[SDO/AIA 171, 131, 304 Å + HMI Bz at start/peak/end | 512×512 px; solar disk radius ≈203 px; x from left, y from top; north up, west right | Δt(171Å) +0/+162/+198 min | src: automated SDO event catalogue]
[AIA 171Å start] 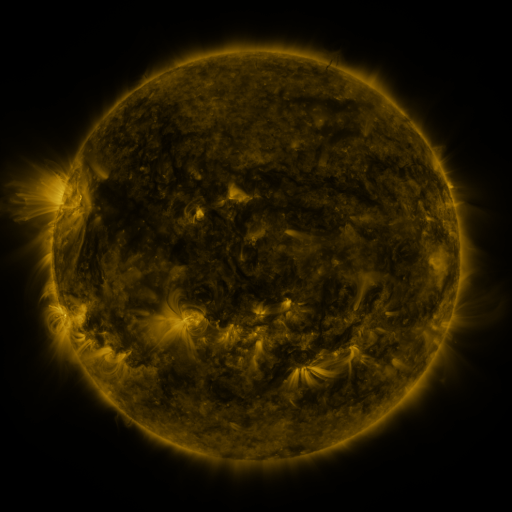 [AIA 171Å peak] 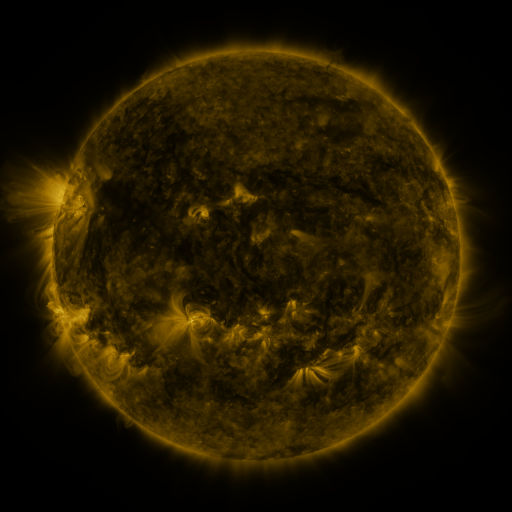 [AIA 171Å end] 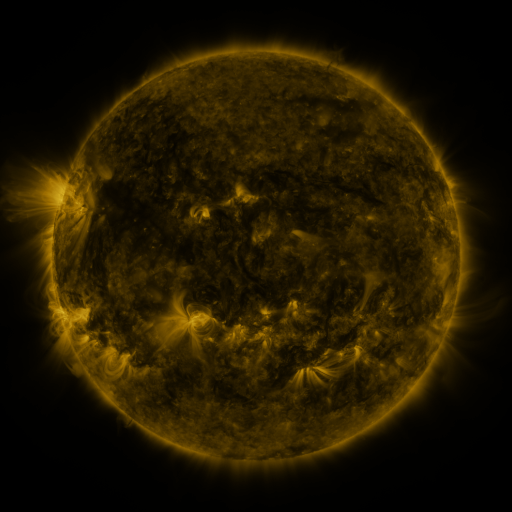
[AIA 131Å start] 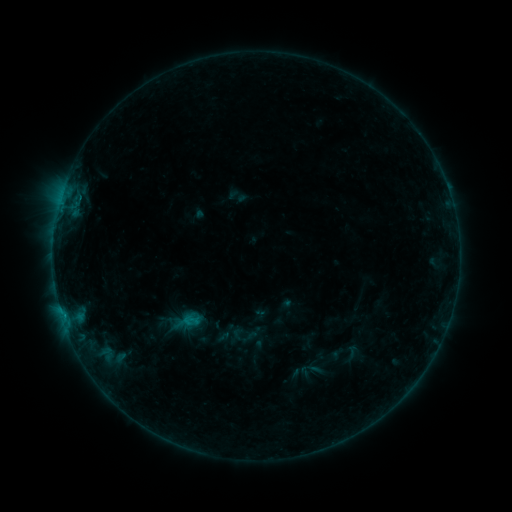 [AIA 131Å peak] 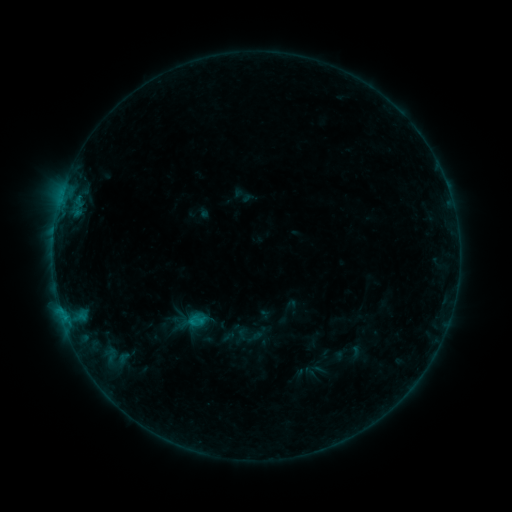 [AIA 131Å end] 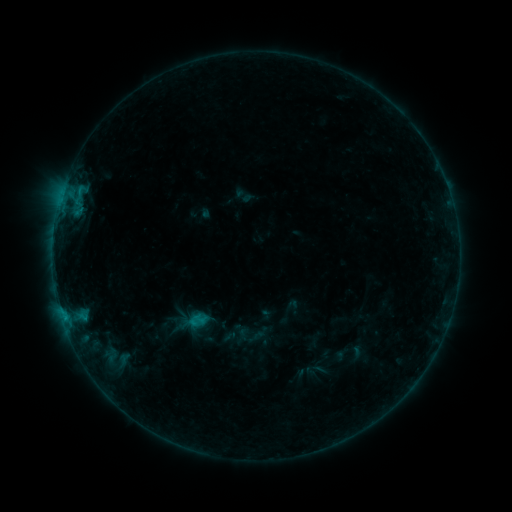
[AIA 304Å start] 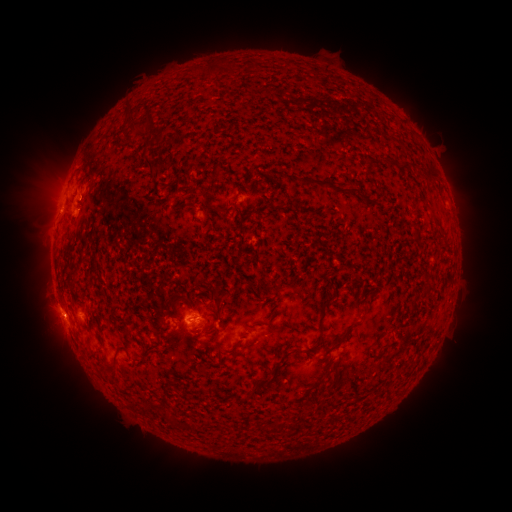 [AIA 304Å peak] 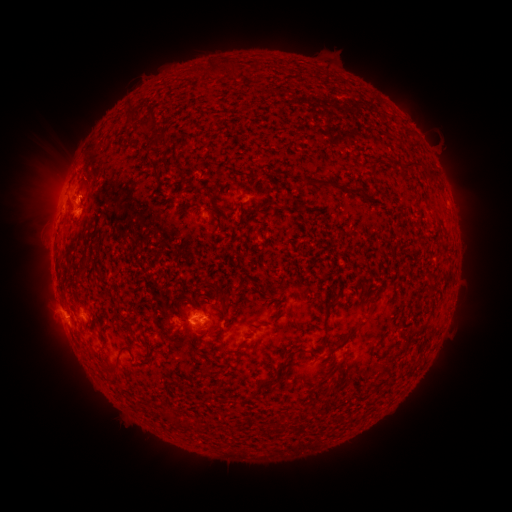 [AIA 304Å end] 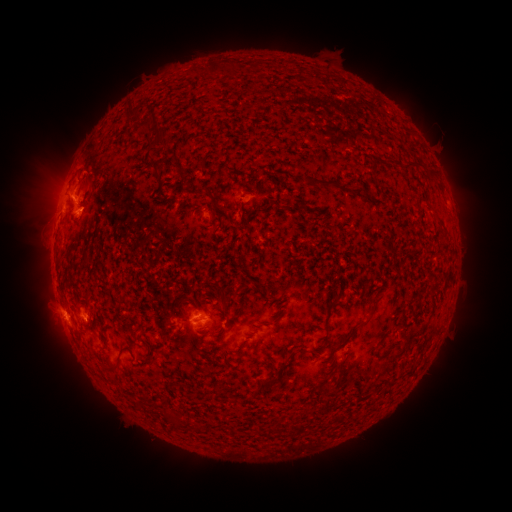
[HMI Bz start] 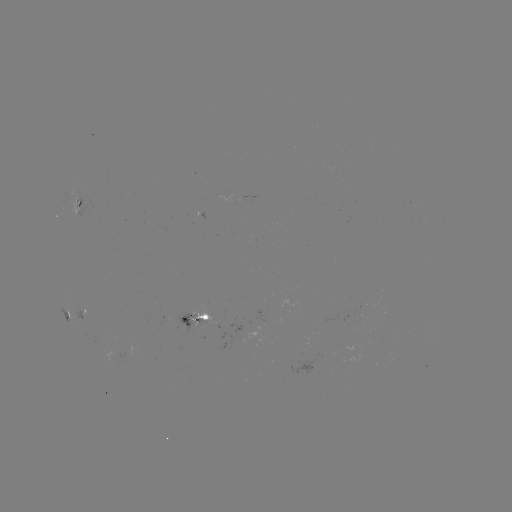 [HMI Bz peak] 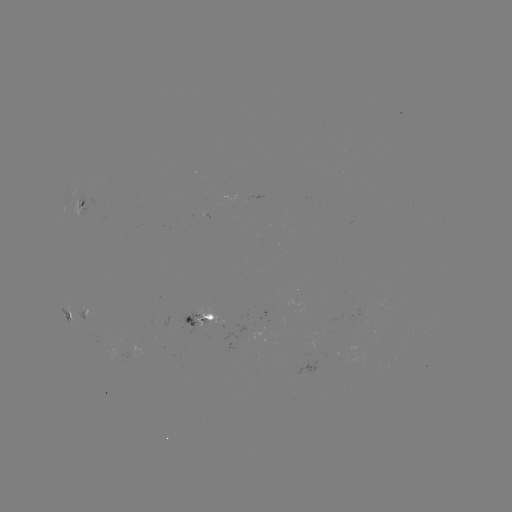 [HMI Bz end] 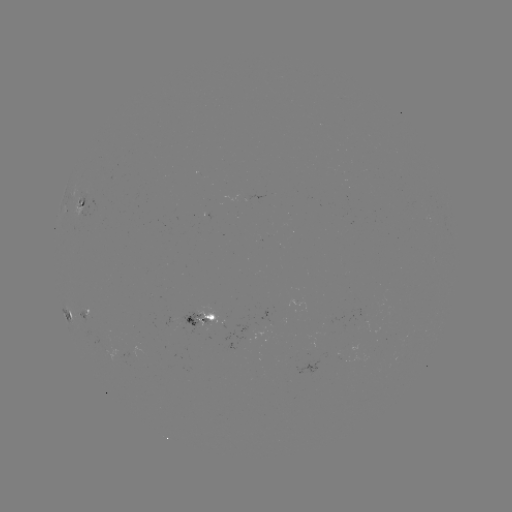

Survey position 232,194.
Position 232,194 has emerging-flux region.